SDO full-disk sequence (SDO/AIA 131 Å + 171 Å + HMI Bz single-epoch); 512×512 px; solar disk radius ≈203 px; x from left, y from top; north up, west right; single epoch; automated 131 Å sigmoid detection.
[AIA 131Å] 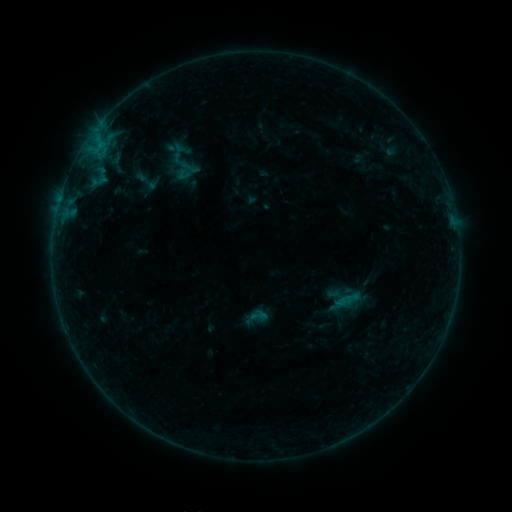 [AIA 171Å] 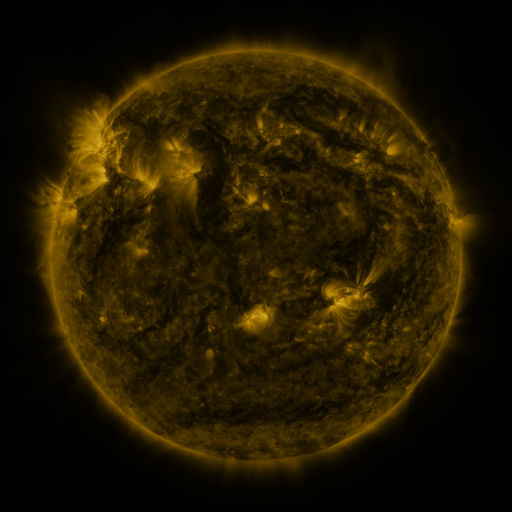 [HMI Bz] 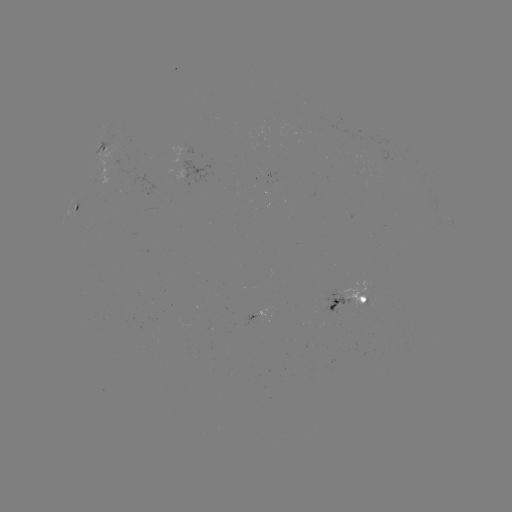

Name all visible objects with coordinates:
sigmoid: (147, 181)
